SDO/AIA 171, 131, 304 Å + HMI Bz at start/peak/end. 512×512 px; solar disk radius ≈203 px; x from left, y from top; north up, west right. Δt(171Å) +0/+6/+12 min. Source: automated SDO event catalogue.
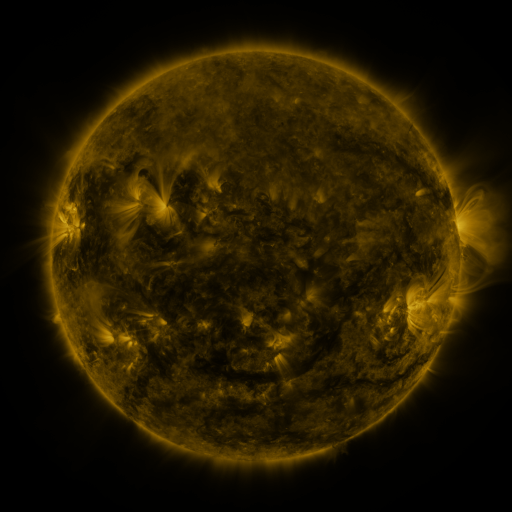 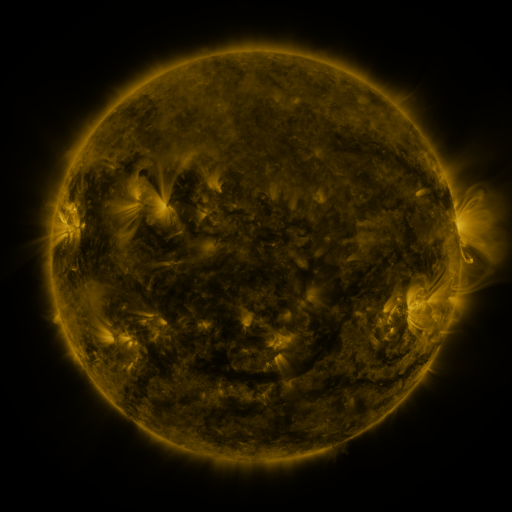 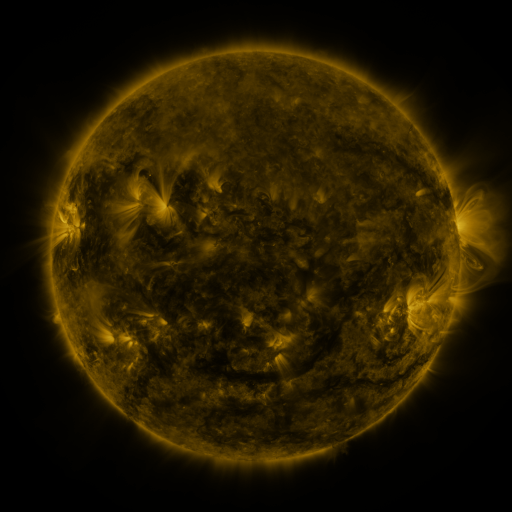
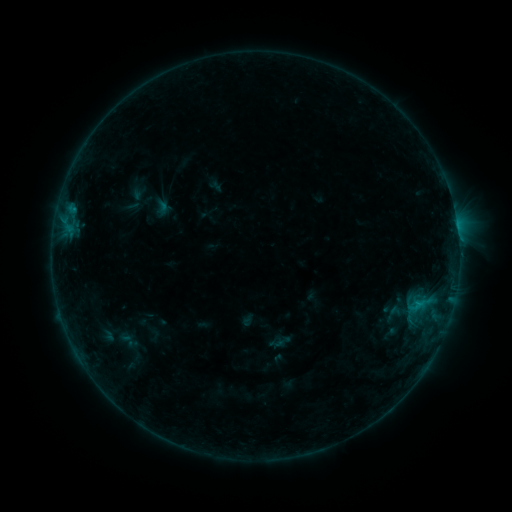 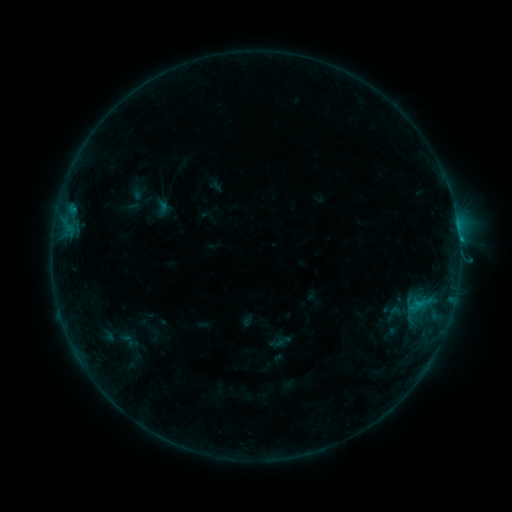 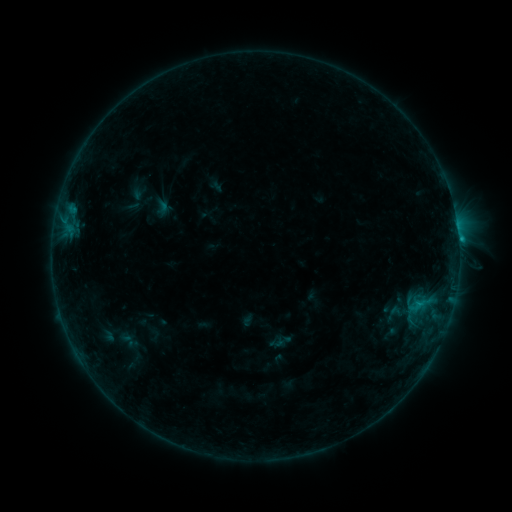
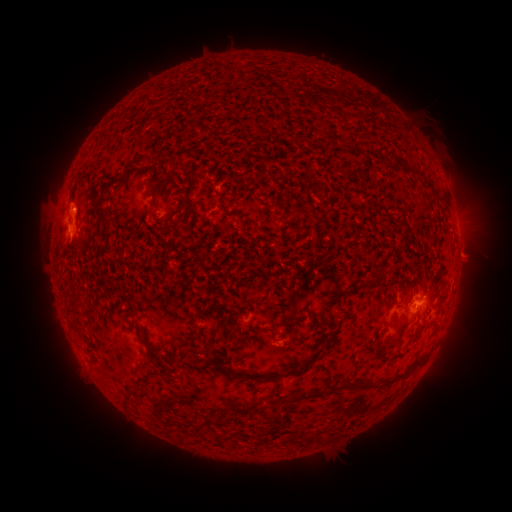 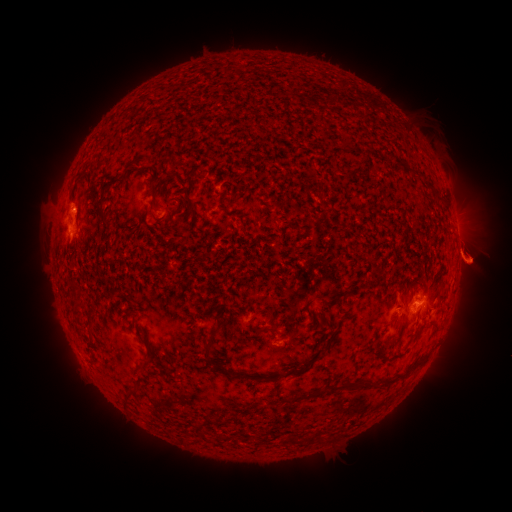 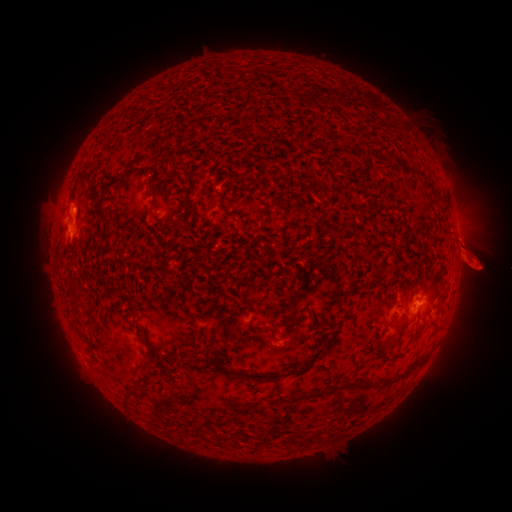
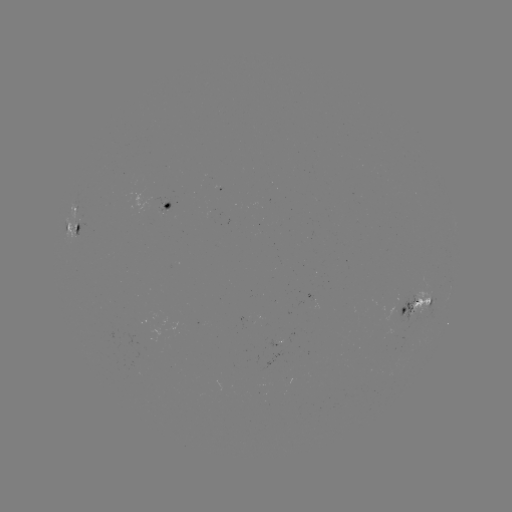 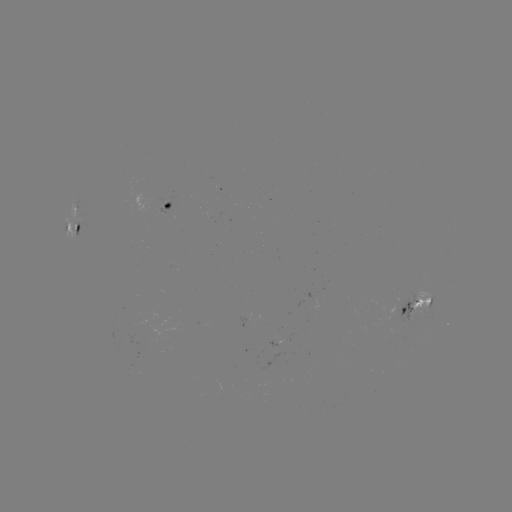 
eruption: [455, 297, 503, 324]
